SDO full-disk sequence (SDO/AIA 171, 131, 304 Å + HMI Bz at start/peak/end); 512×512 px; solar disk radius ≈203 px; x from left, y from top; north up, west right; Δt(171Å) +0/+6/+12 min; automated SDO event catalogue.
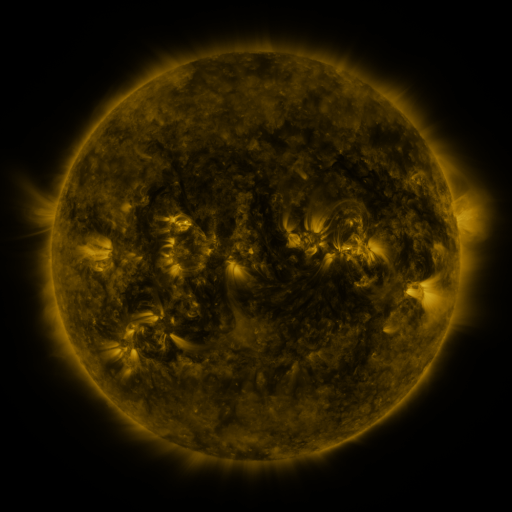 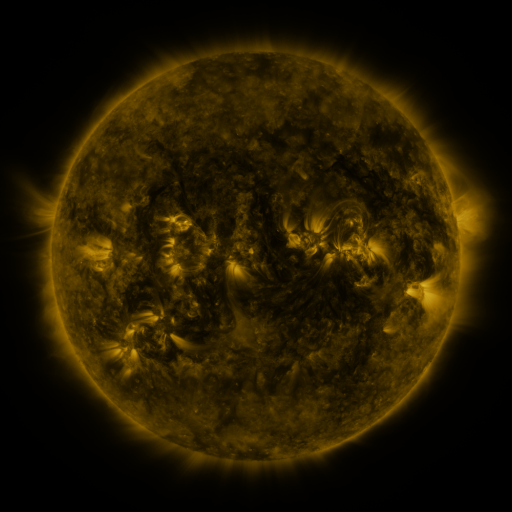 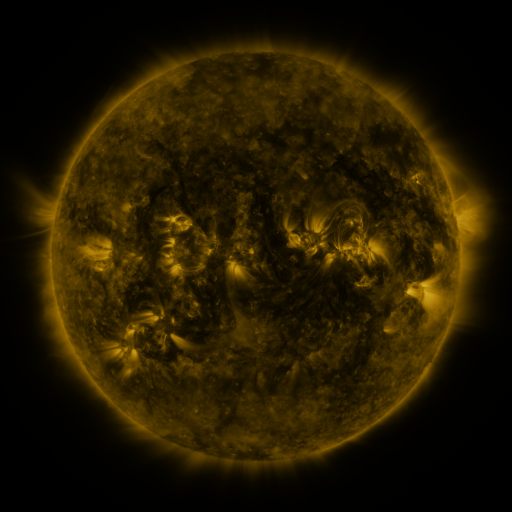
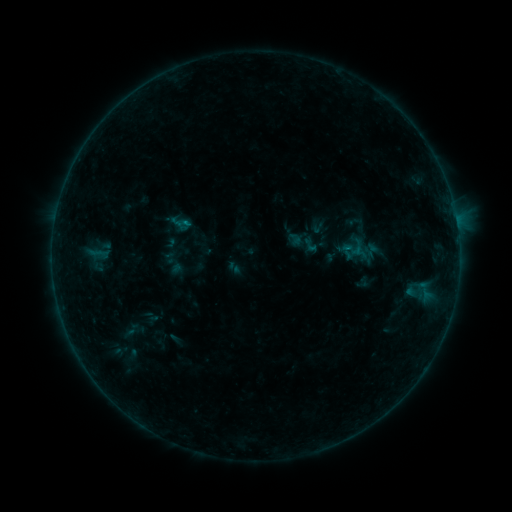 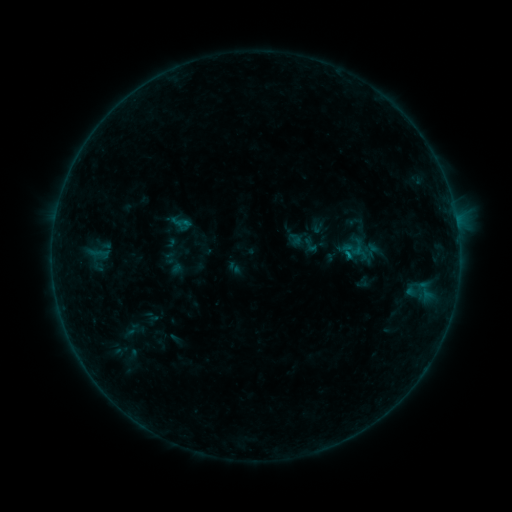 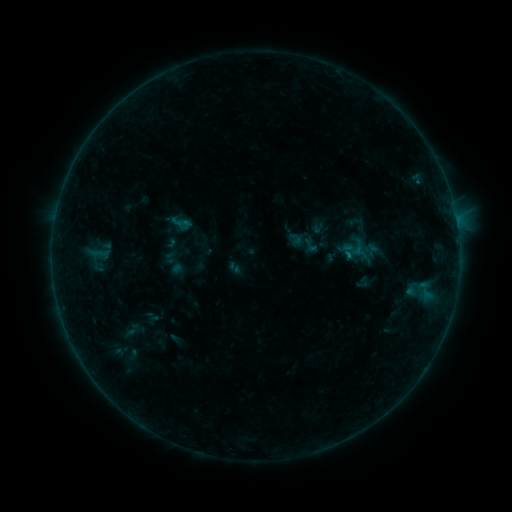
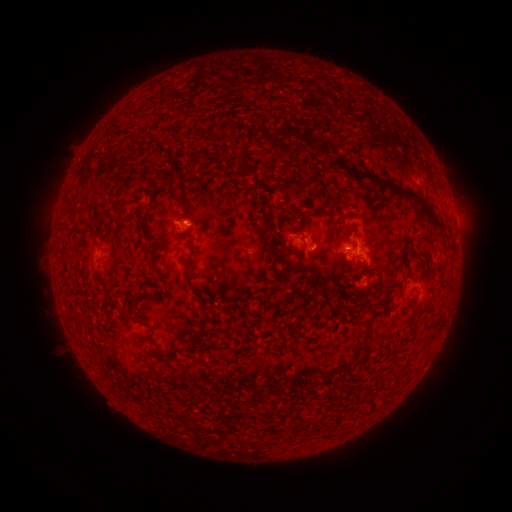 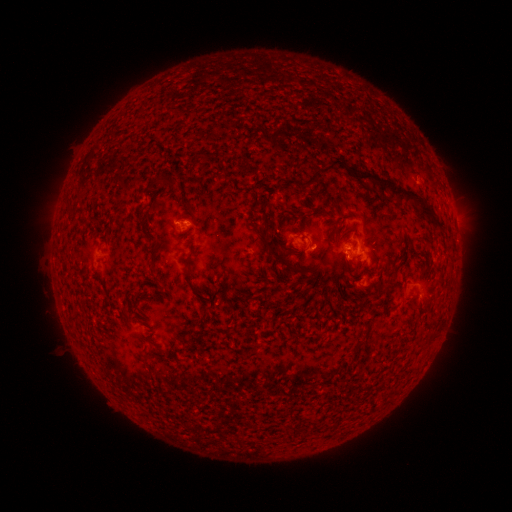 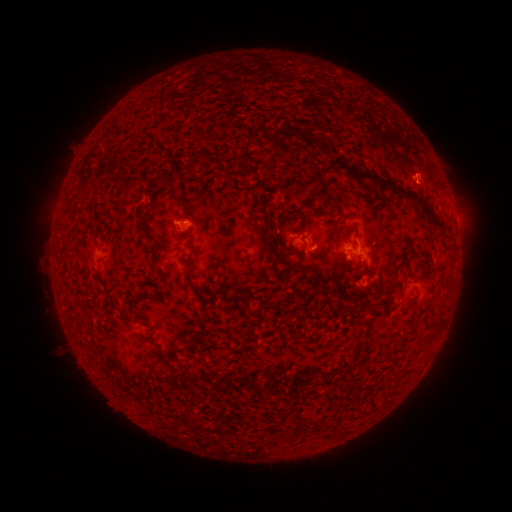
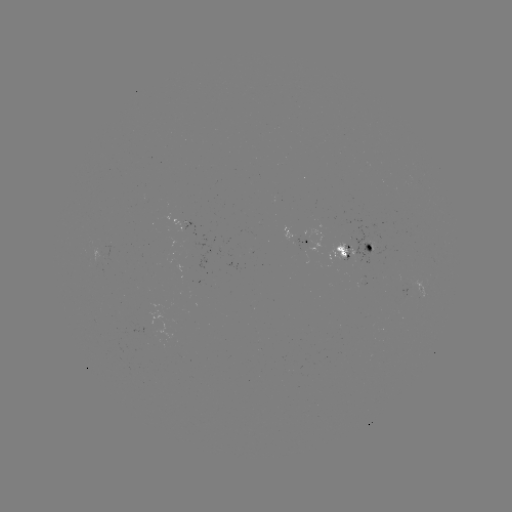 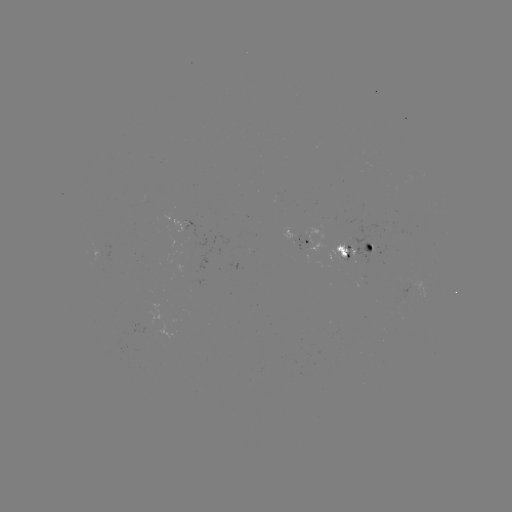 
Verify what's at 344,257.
B3.7 flare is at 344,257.